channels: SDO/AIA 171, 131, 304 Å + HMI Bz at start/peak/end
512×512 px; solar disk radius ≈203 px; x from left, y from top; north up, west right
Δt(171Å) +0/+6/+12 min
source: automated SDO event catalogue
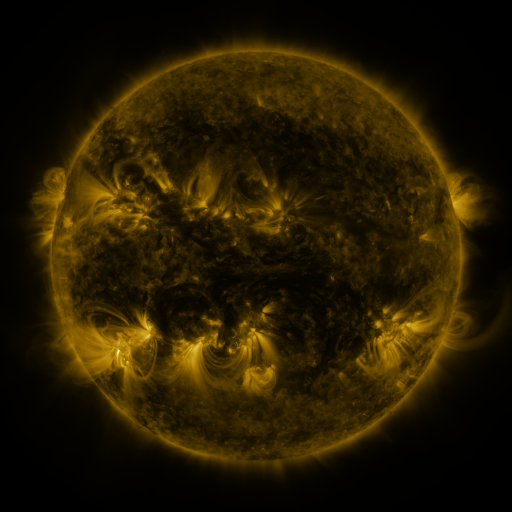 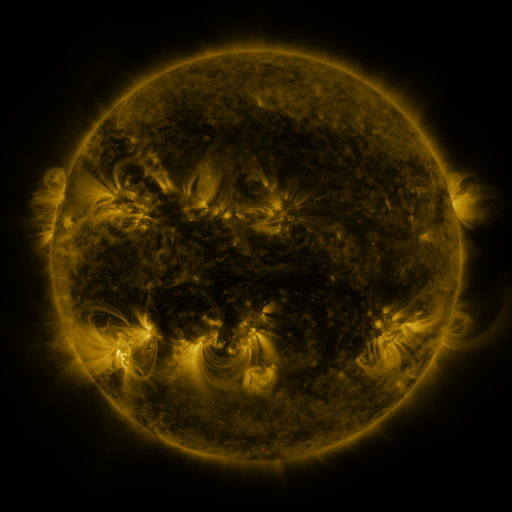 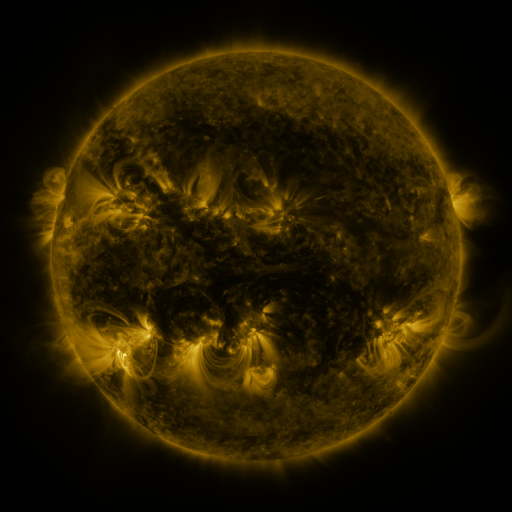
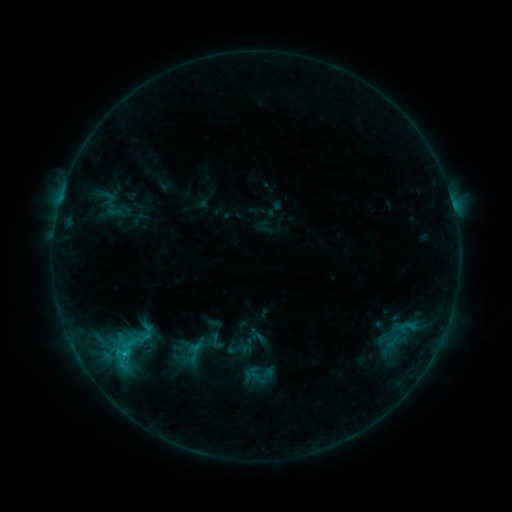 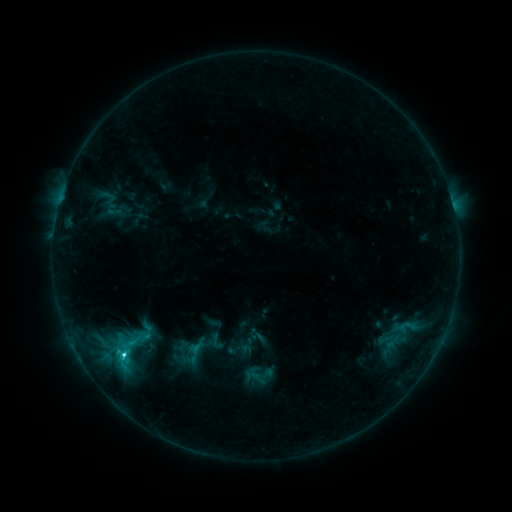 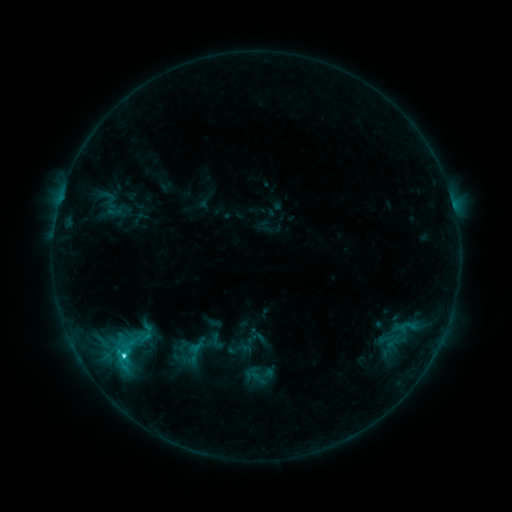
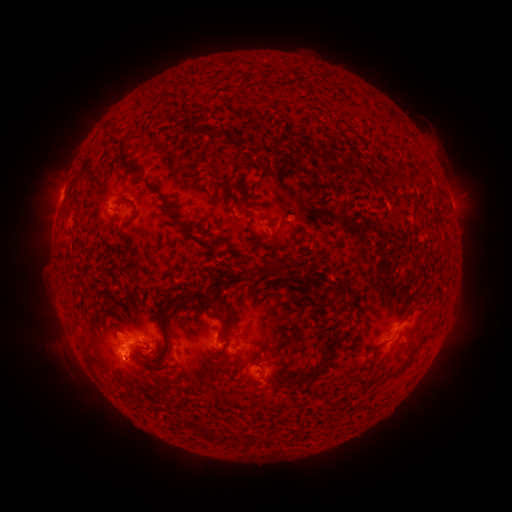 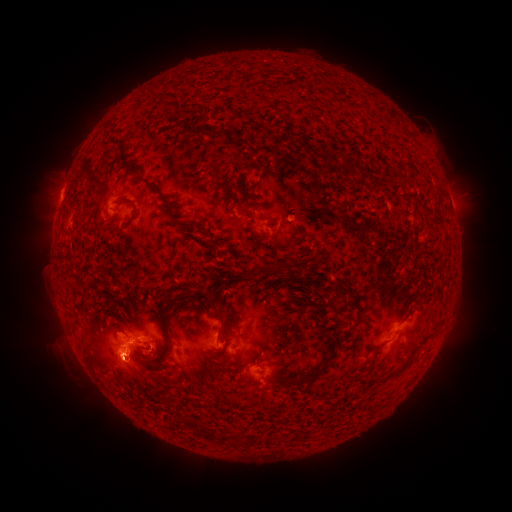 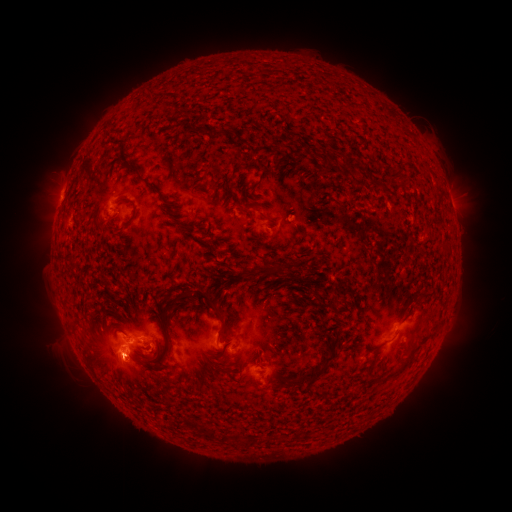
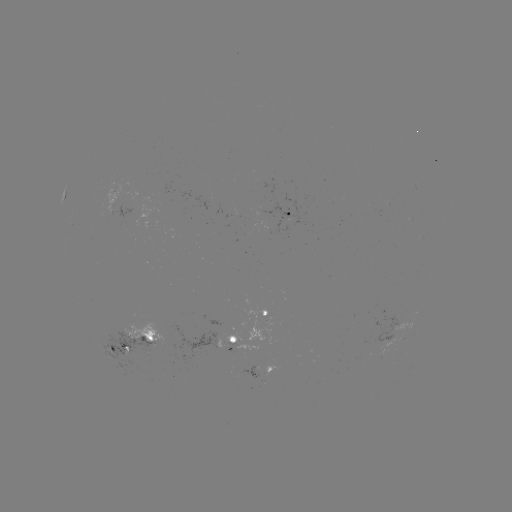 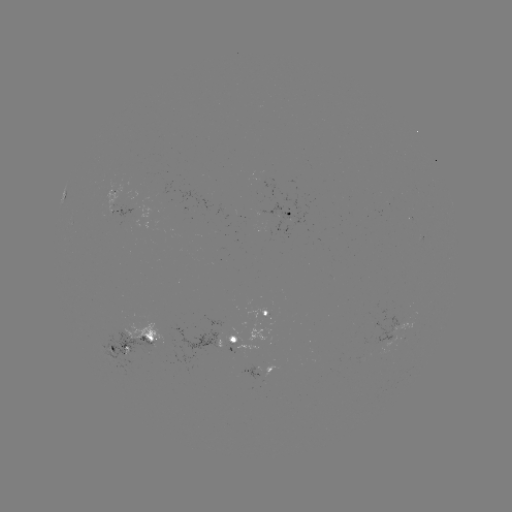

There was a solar flare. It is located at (125, 354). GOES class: C3.1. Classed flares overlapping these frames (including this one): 1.